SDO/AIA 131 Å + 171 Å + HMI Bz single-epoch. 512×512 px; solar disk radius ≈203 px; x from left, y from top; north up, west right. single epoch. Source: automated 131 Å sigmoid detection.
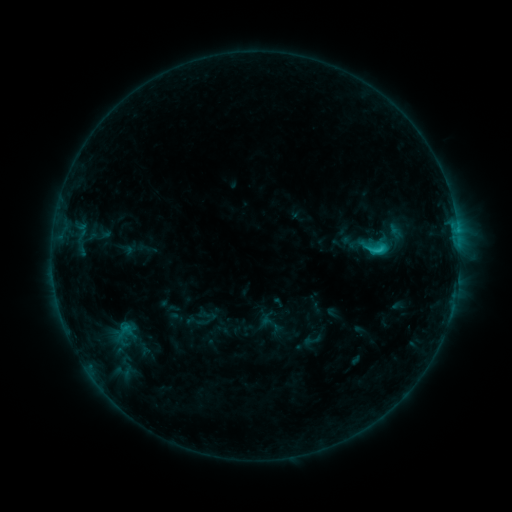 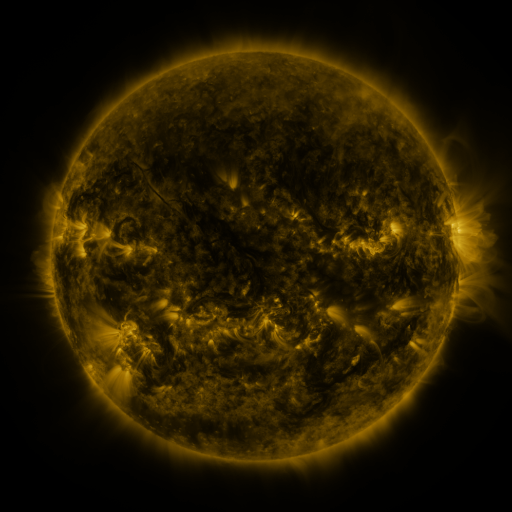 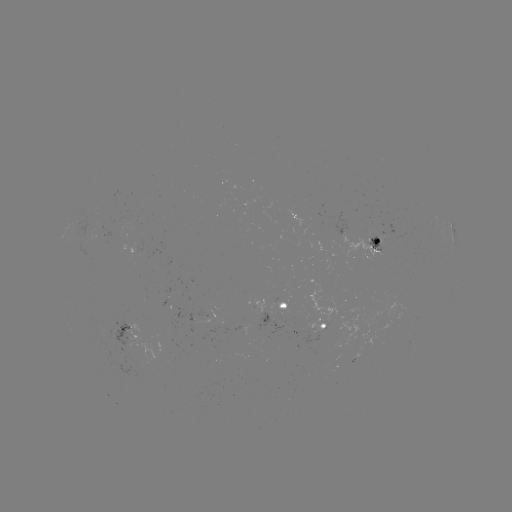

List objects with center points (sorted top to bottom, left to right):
sigmoid: (362, 237, 389, 260)
